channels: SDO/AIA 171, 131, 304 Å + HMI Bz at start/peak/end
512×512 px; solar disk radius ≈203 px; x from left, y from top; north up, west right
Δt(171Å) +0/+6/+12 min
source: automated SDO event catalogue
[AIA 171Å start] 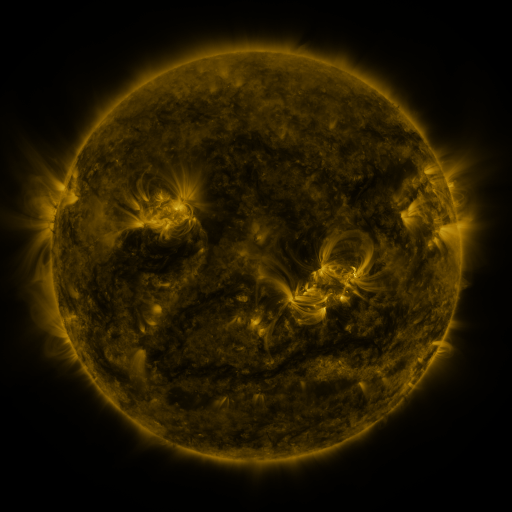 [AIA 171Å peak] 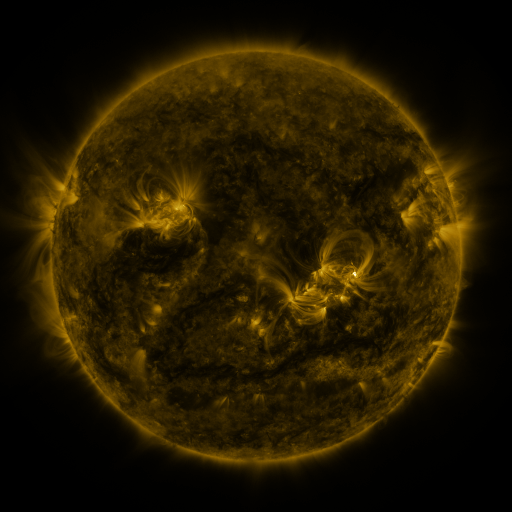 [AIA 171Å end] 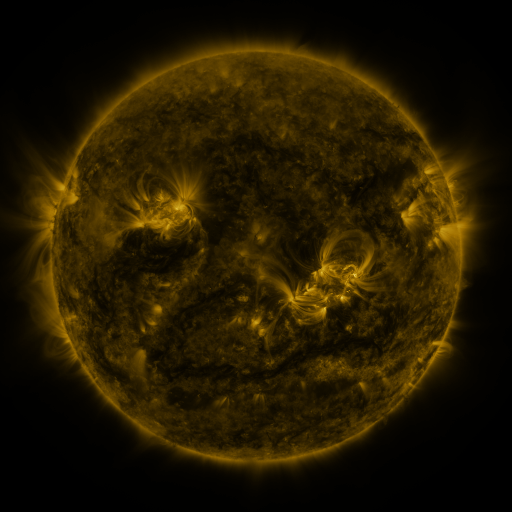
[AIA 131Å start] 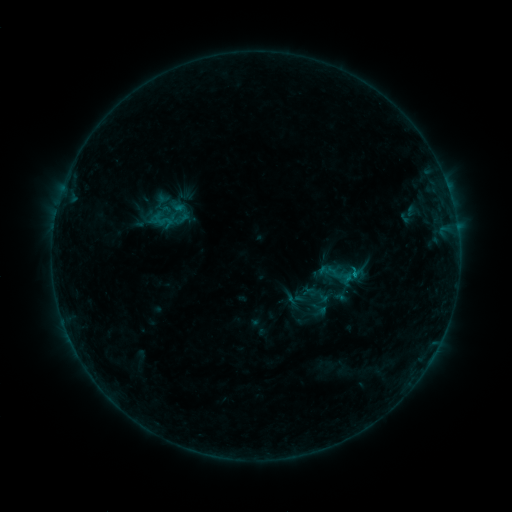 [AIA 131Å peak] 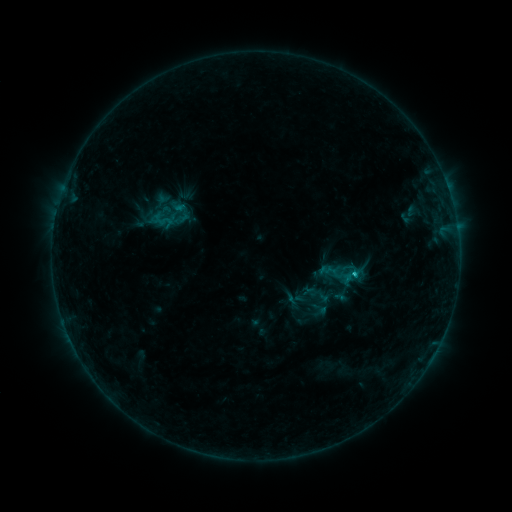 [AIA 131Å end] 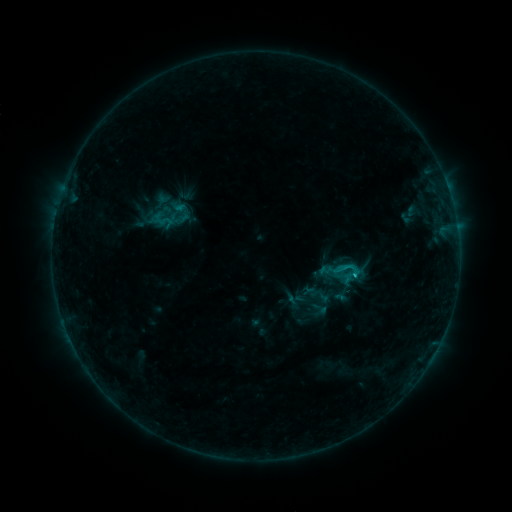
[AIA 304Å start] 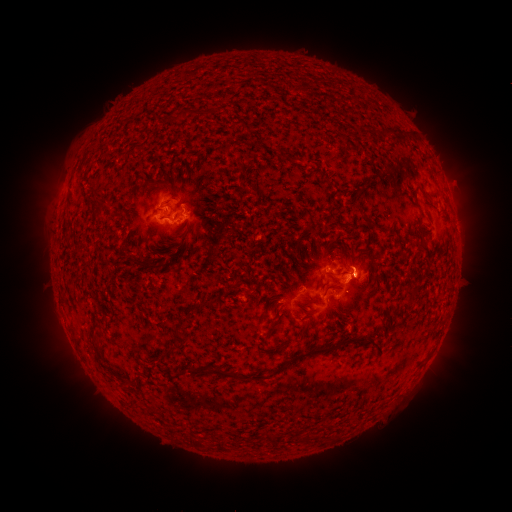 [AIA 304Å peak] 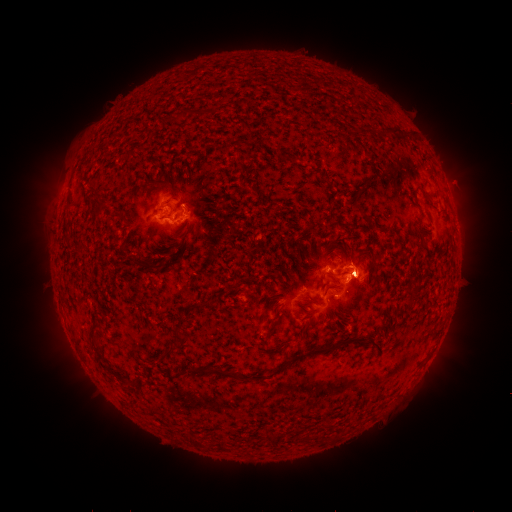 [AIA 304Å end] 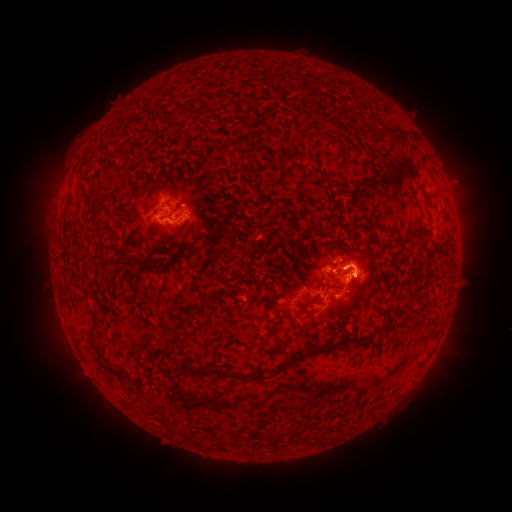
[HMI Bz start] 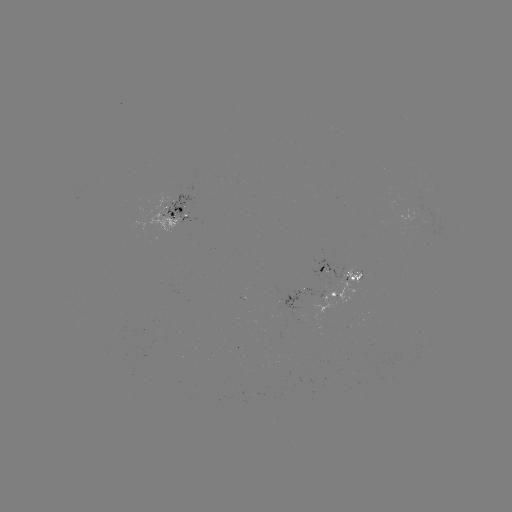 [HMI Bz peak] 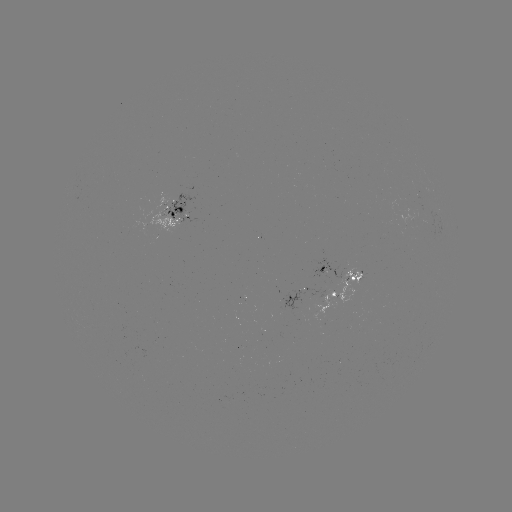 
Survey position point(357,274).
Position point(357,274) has C1.9 flare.